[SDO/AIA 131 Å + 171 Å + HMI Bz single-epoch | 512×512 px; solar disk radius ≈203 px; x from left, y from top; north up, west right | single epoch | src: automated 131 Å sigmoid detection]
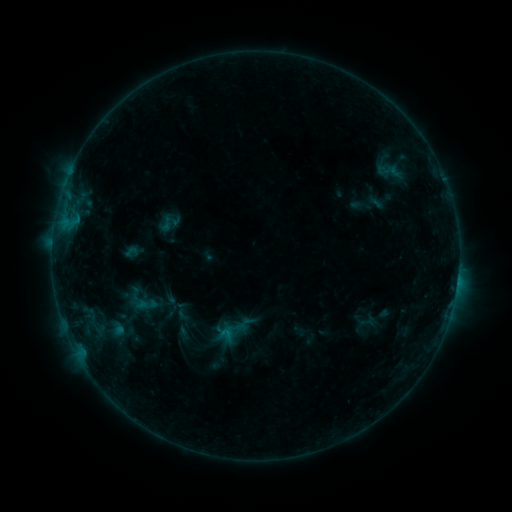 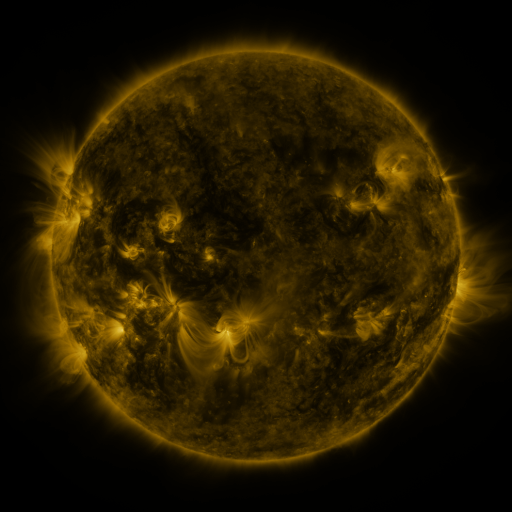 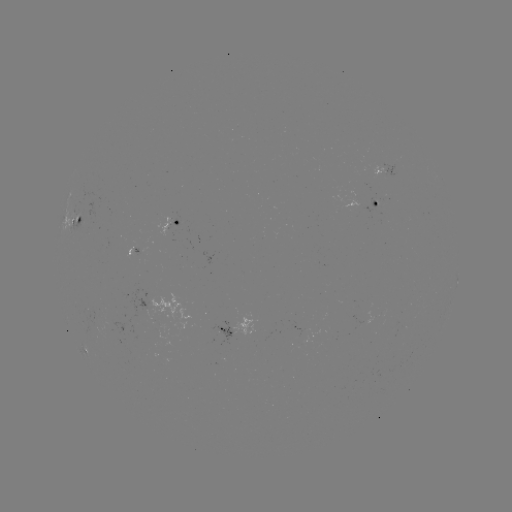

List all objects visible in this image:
sigmoid: (166, 224)
